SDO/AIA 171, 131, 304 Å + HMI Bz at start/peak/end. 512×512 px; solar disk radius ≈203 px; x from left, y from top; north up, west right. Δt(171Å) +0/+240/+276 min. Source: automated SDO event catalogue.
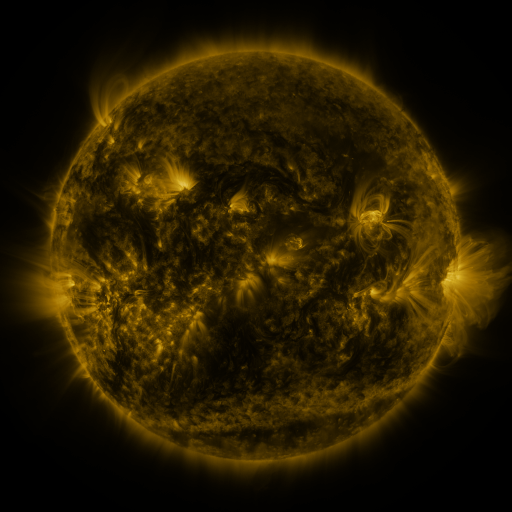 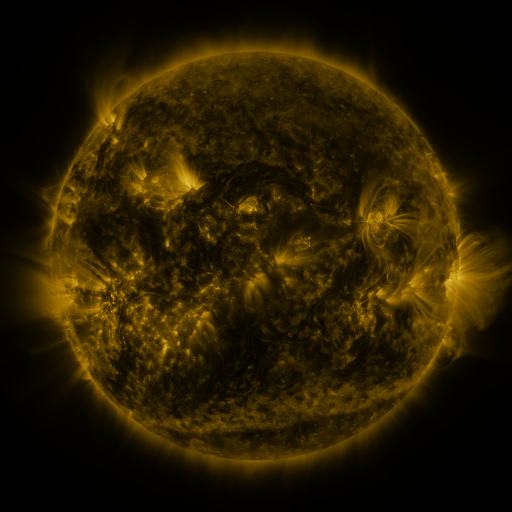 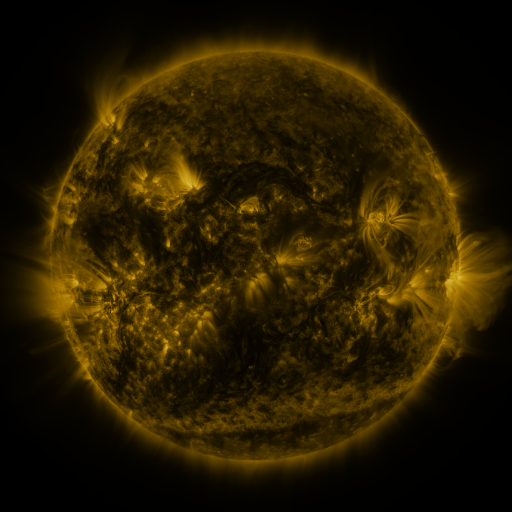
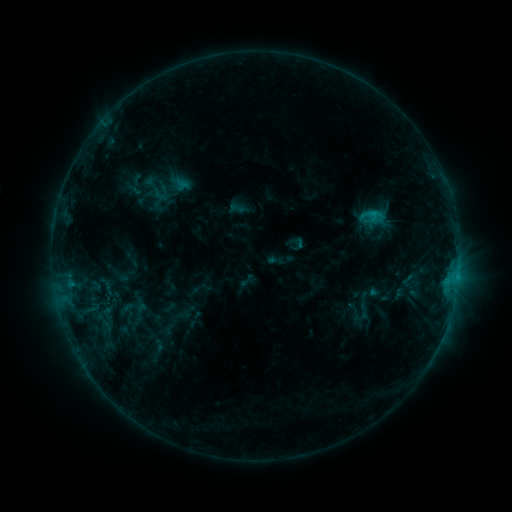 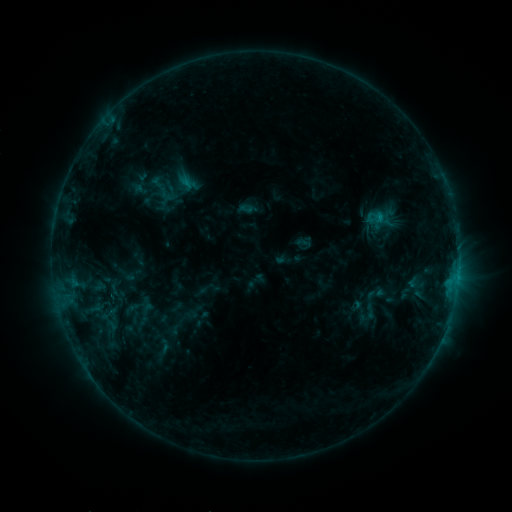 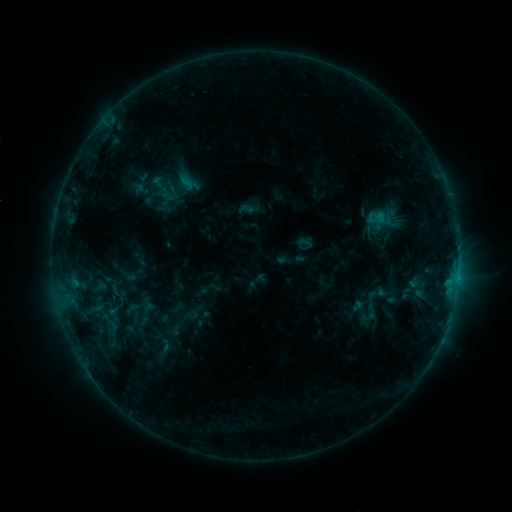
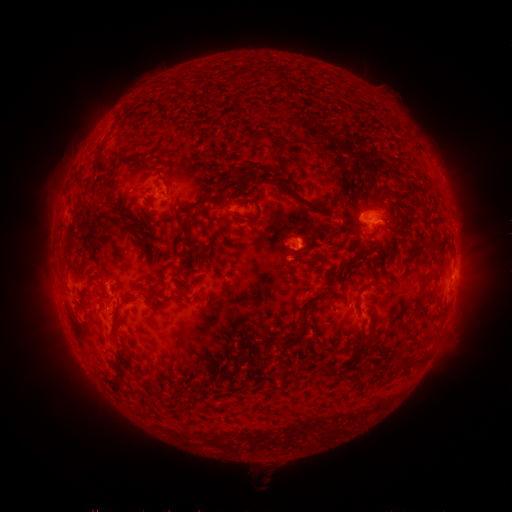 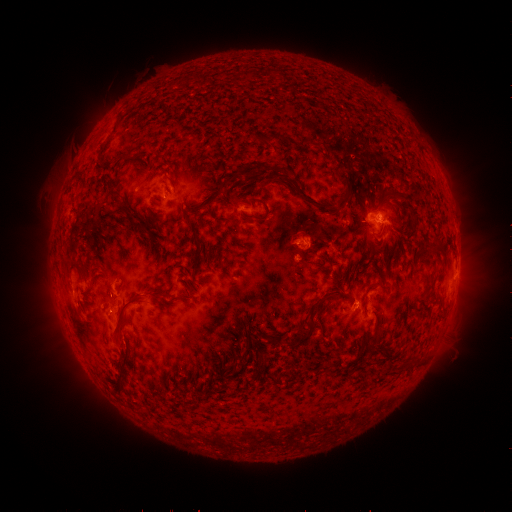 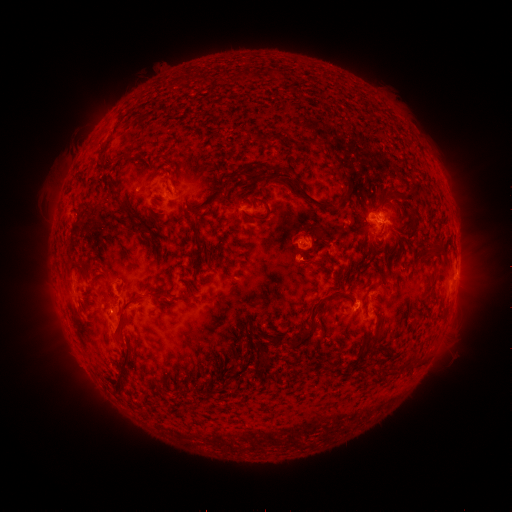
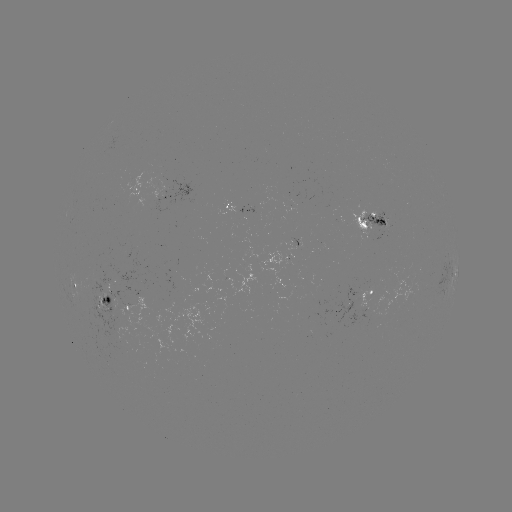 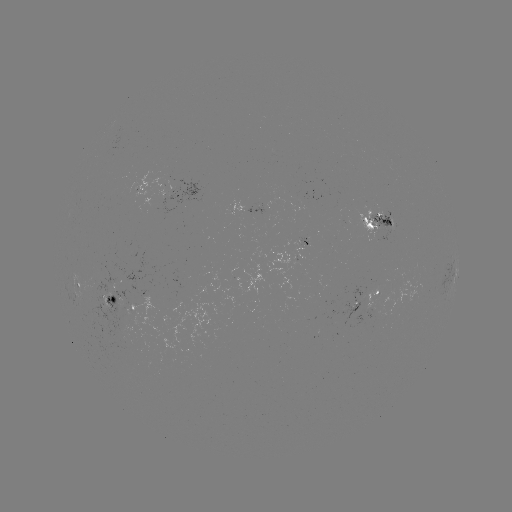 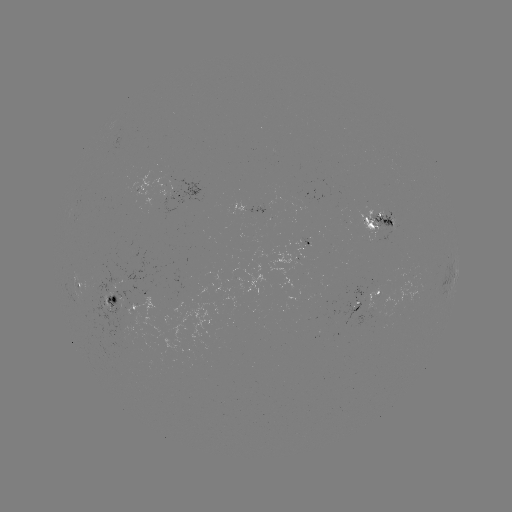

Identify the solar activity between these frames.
emerging-flux region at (307, 242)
